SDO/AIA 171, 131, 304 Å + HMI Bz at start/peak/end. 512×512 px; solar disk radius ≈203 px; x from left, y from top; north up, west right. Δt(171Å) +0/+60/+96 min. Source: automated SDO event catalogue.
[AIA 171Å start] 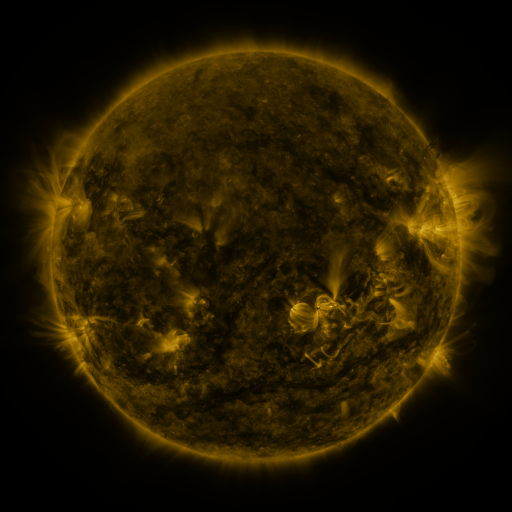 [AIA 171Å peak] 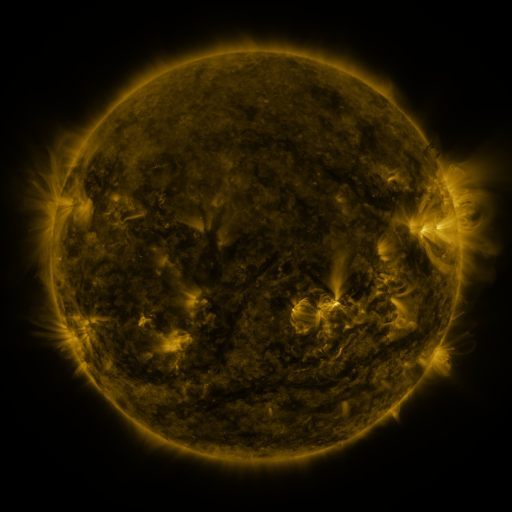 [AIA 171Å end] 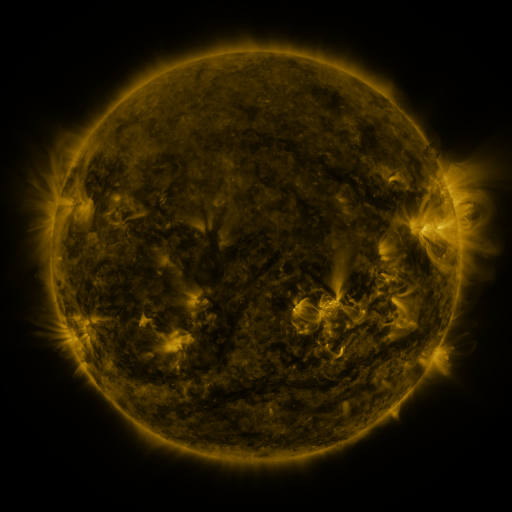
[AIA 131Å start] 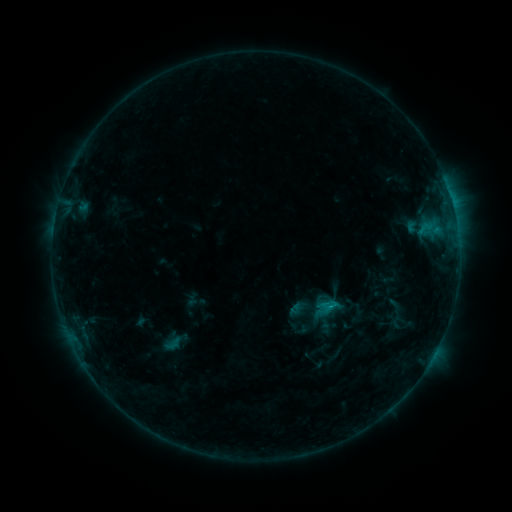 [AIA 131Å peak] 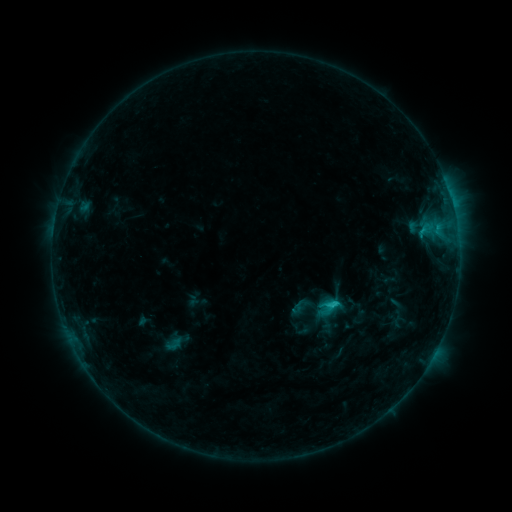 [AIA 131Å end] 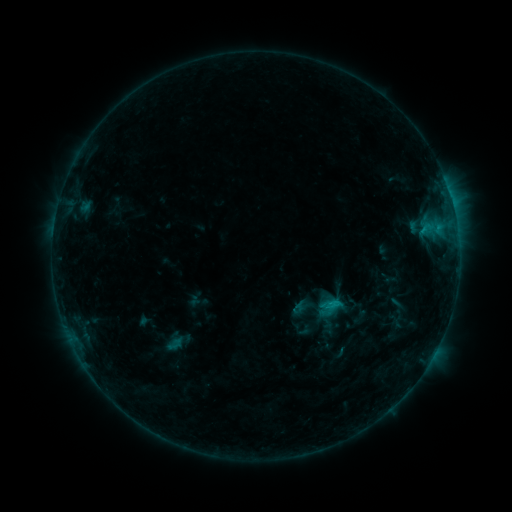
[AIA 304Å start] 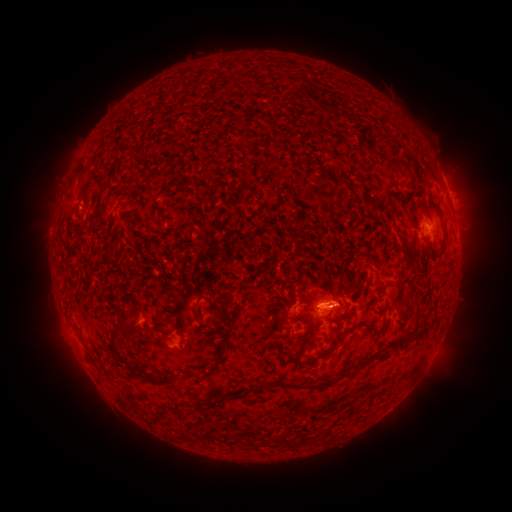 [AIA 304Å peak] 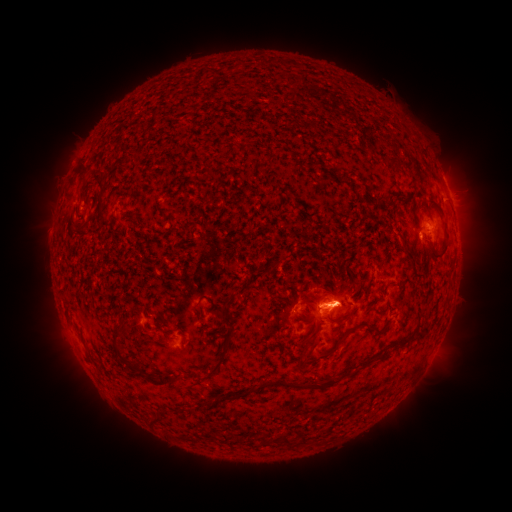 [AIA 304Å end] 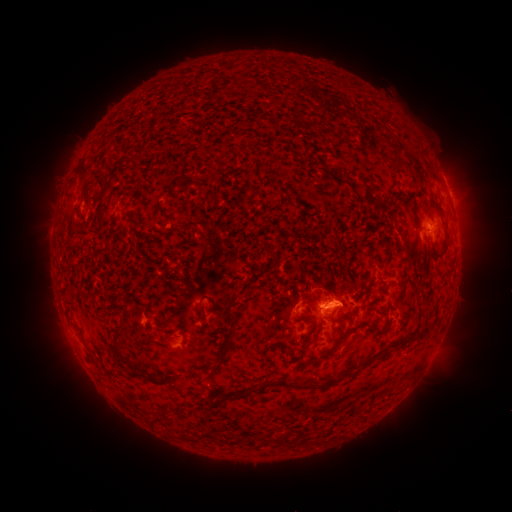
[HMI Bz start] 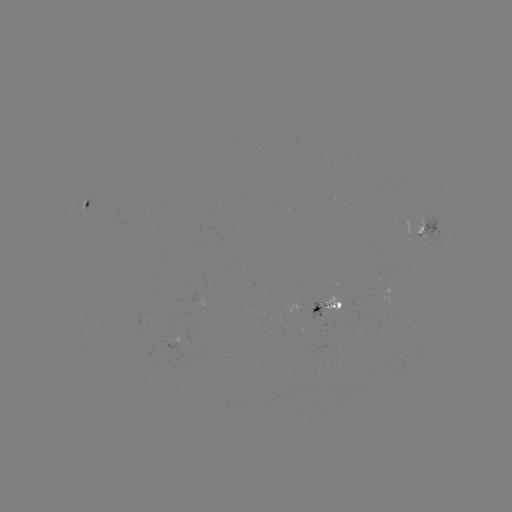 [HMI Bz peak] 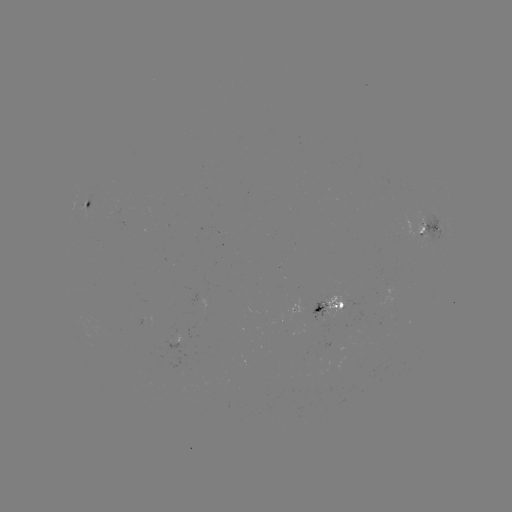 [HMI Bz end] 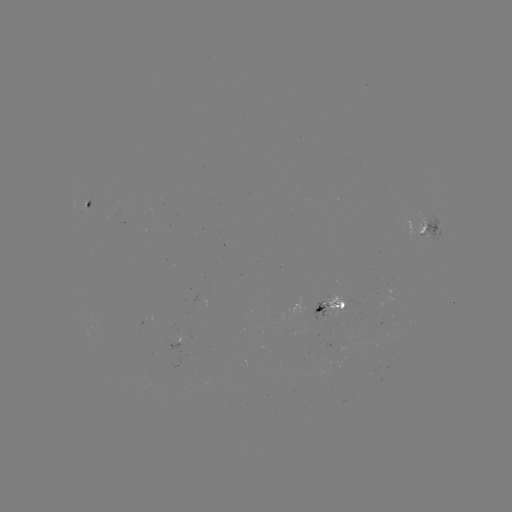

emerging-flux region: (135, 315, 145, 326)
